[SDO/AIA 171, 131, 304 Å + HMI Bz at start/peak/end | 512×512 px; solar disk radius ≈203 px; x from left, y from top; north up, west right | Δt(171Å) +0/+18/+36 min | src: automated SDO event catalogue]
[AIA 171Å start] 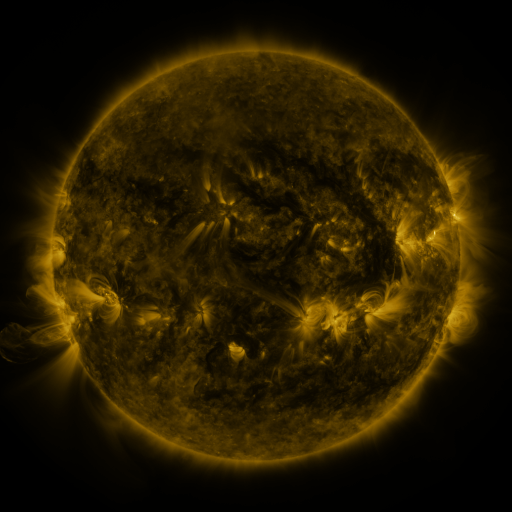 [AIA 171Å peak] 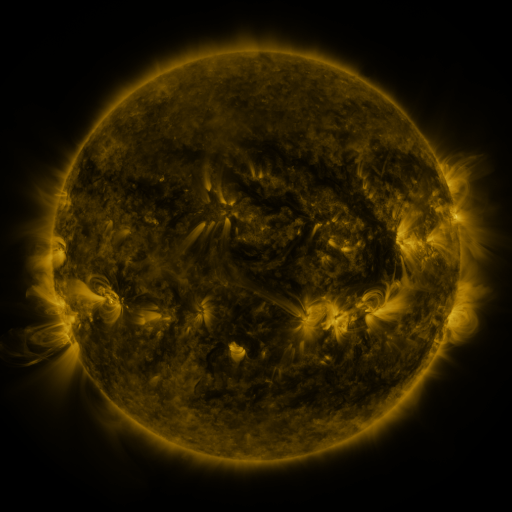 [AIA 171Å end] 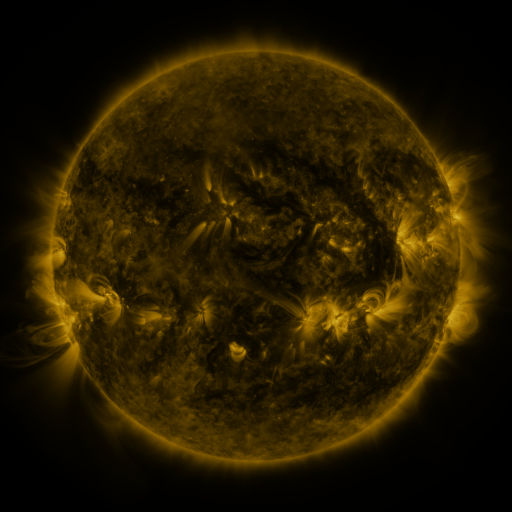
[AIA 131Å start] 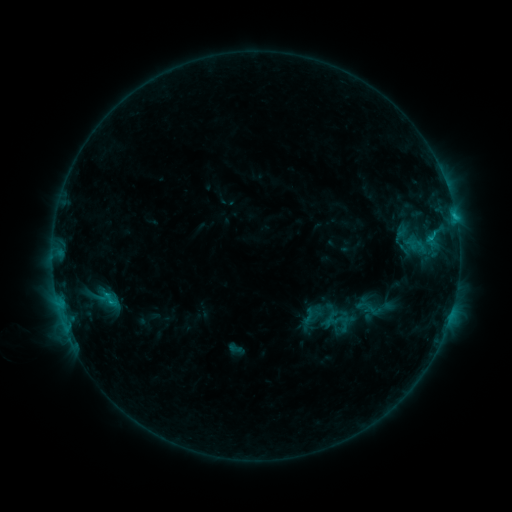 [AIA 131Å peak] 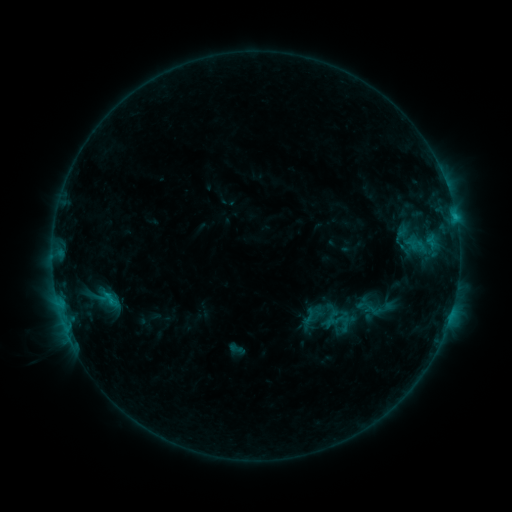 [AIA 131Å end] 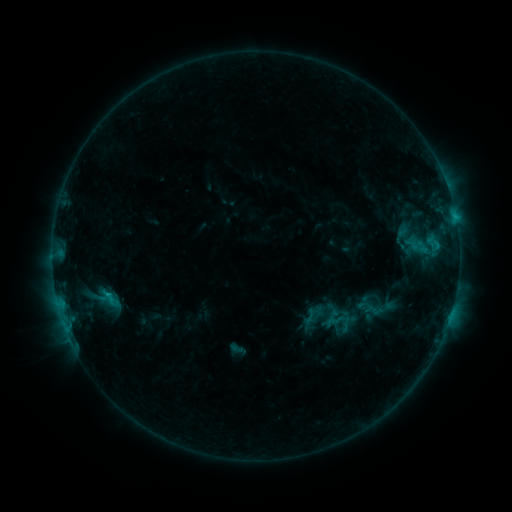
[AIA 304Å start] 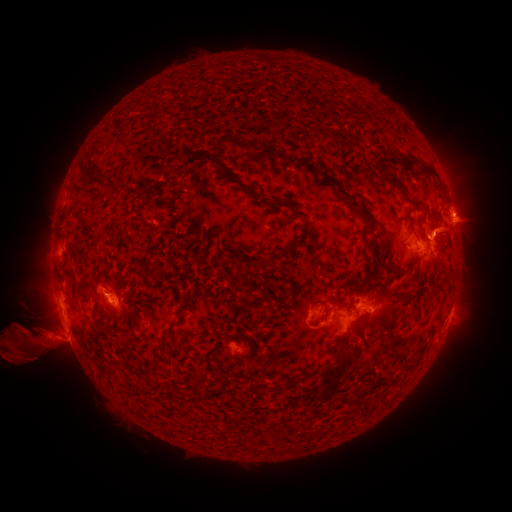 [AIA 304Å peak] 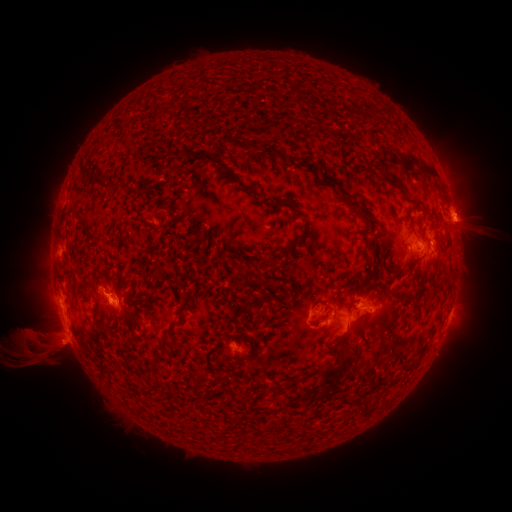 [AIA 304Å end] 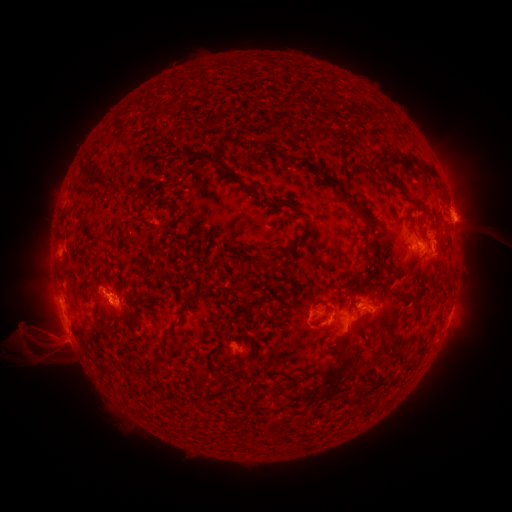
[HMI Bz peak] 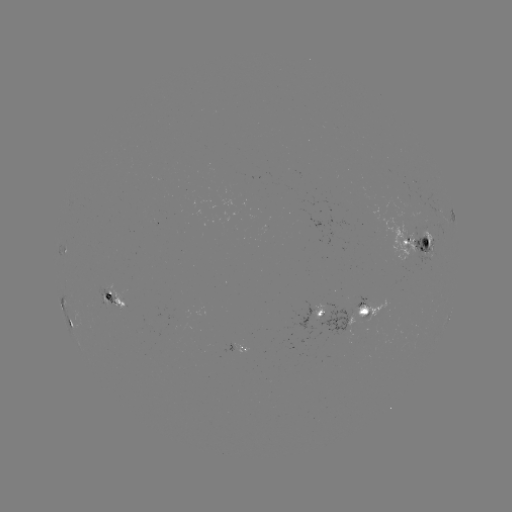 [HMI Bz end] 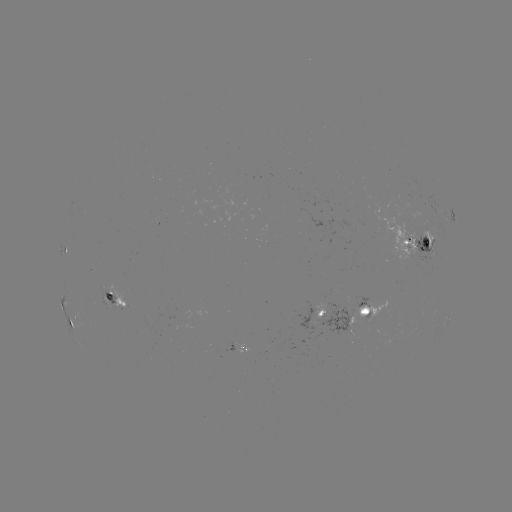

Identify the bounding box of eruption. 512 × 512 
[7, 311, 79, 381].